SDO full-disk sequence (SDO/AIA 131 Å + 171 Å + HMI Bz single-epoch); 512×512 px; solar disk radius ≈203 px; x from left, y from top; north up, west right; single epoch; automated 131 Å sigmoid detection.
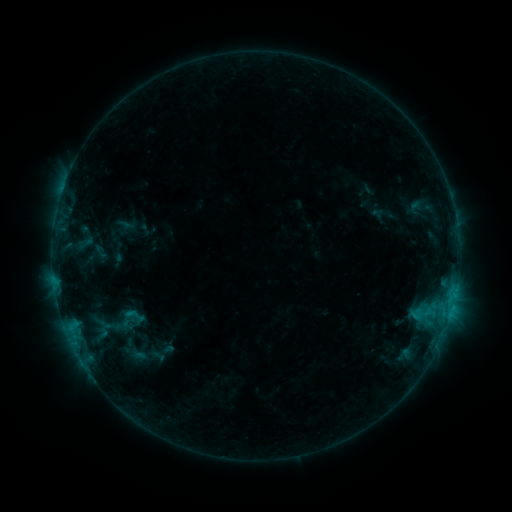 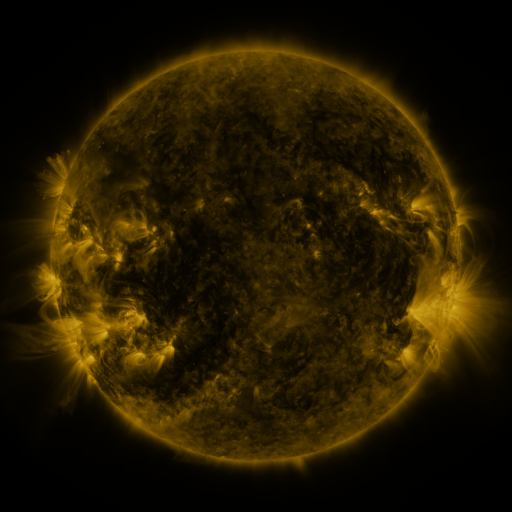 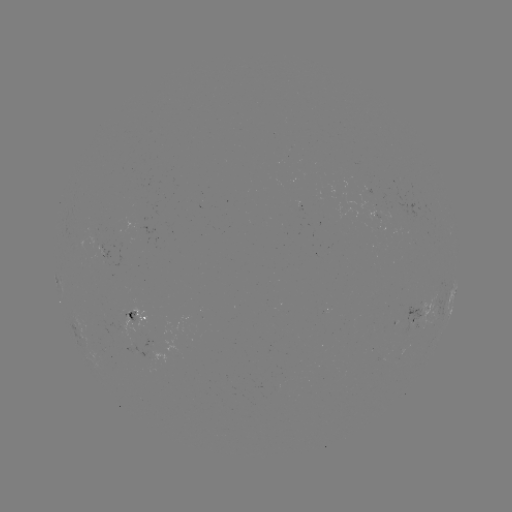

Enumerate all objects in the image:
sigmoid: (119, 303, 149, 329)
